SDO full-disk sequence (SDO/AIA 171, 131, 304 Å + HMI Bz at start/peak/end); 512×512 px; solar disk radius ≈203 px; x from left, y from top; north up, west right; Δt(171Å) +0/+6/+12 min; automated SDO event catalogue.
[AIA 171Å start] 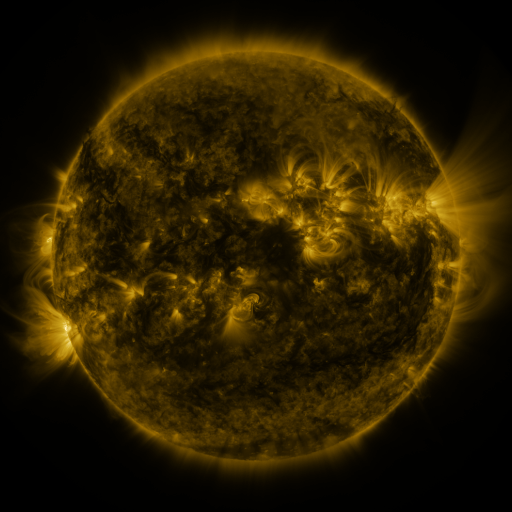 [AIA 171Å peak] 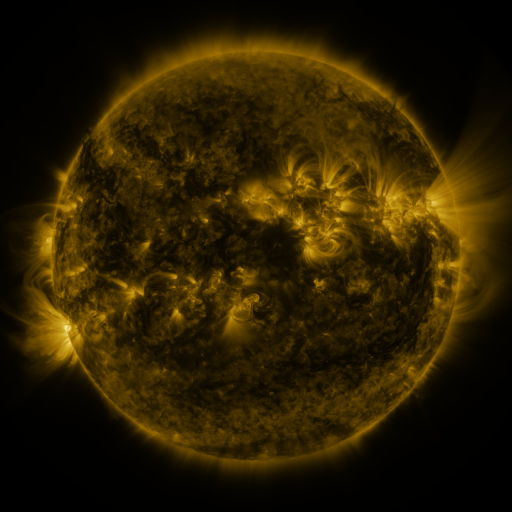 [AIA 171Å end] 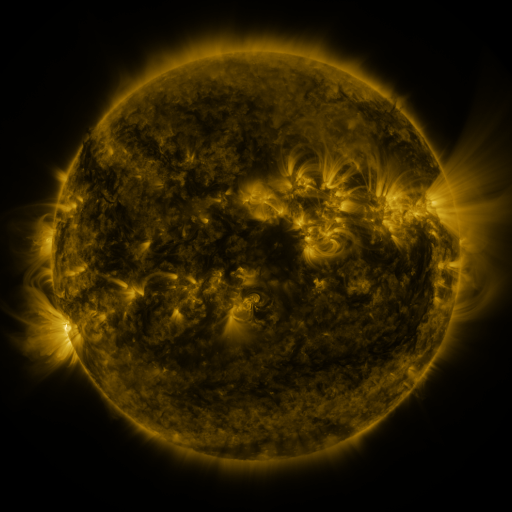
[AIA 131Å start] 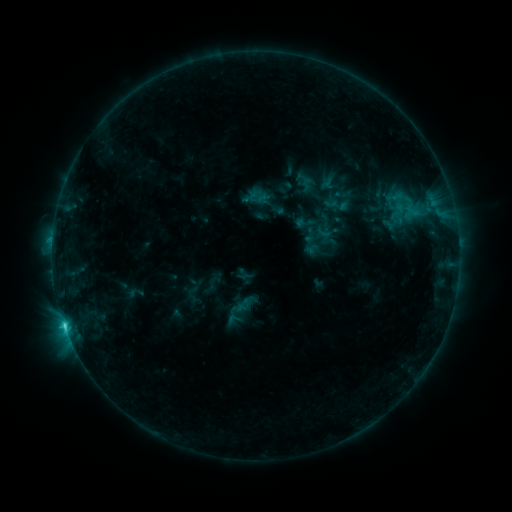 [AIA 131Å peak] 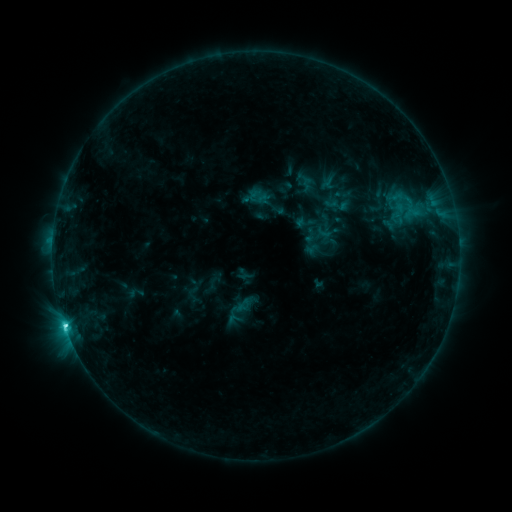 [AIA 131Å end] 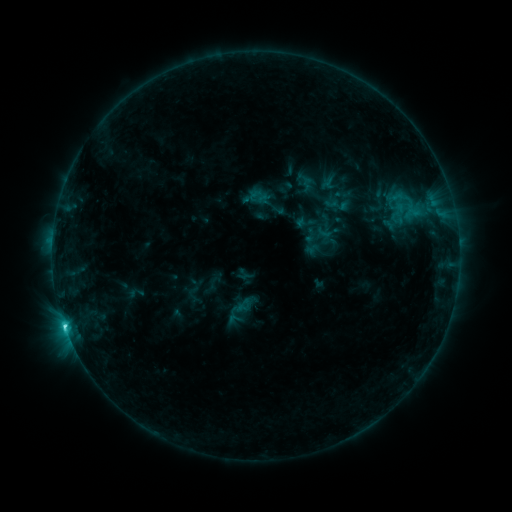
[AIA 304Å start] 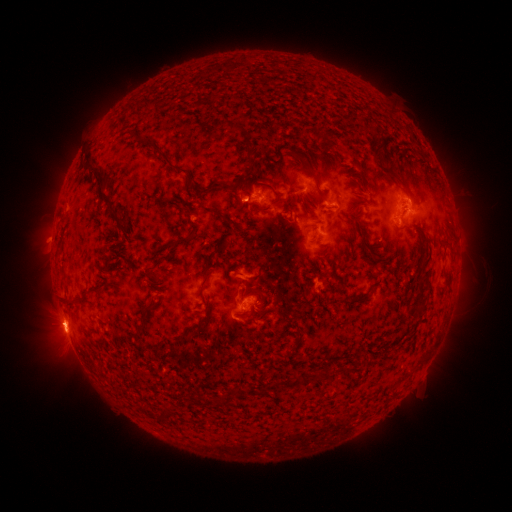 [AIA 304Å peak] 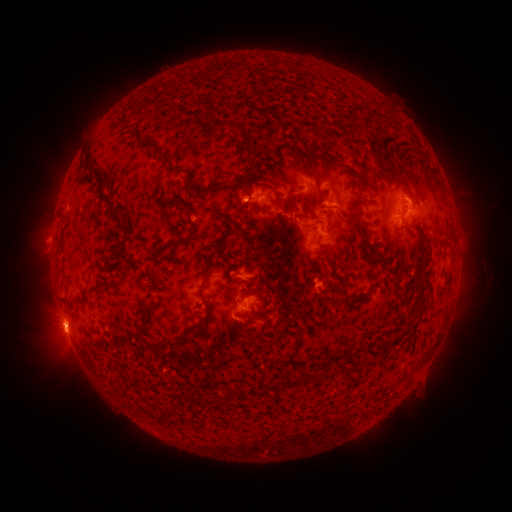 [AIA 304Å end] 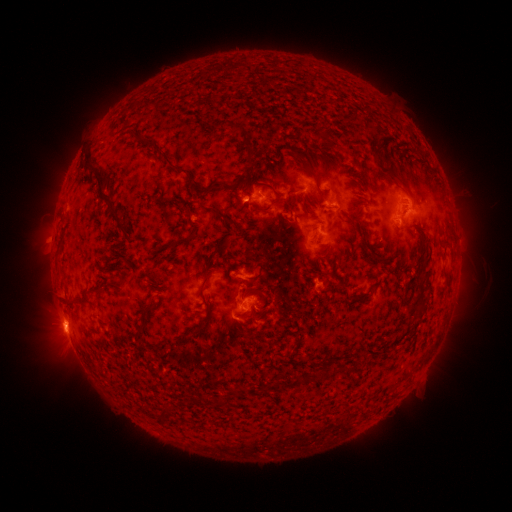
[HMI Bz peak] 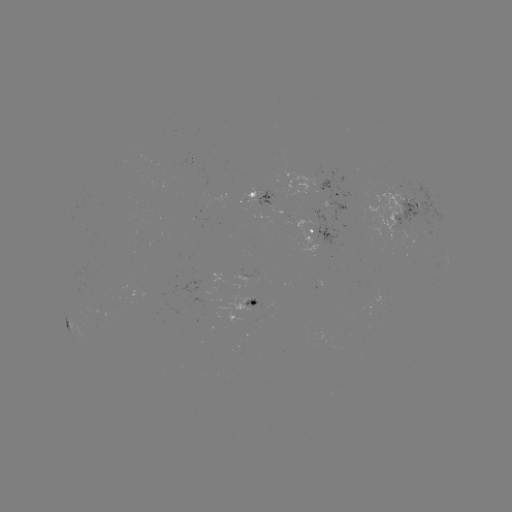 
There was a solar flare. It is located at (66, 325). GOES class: C4.5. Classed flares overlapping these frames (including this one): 1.